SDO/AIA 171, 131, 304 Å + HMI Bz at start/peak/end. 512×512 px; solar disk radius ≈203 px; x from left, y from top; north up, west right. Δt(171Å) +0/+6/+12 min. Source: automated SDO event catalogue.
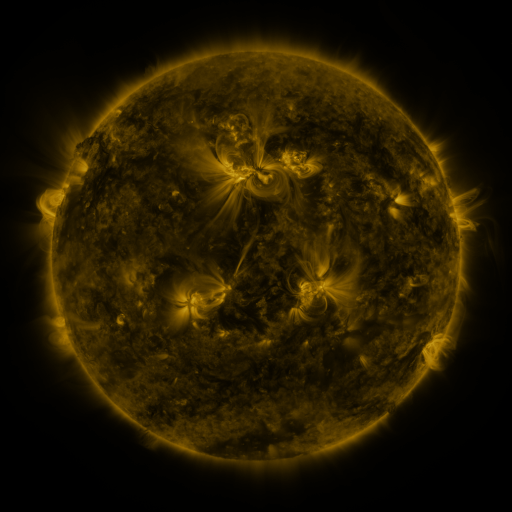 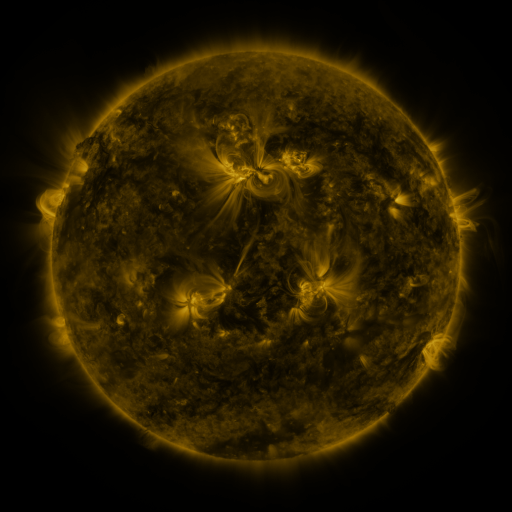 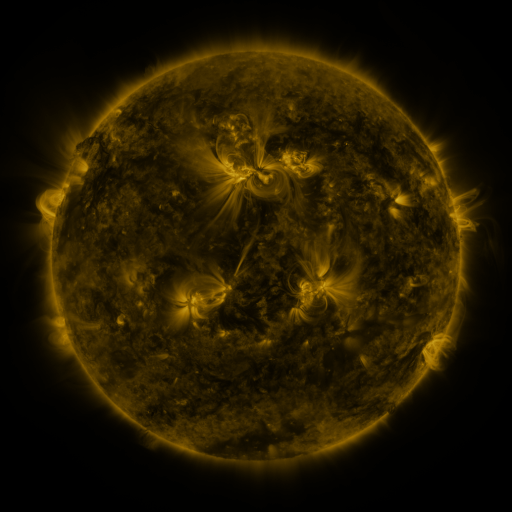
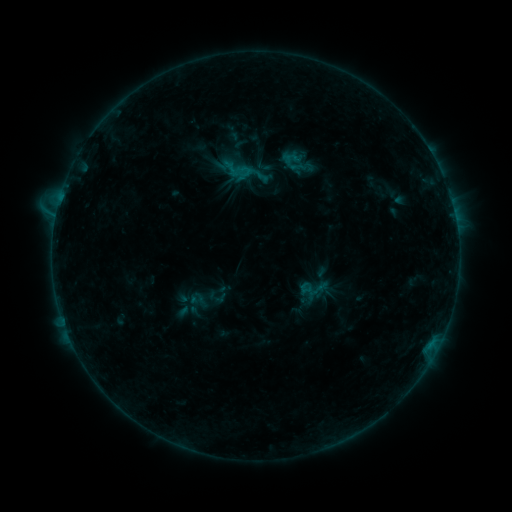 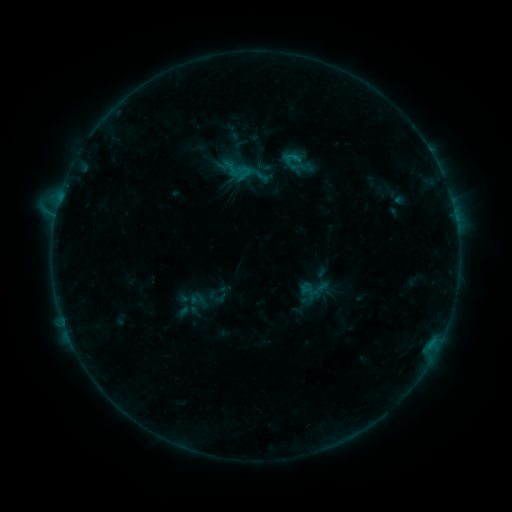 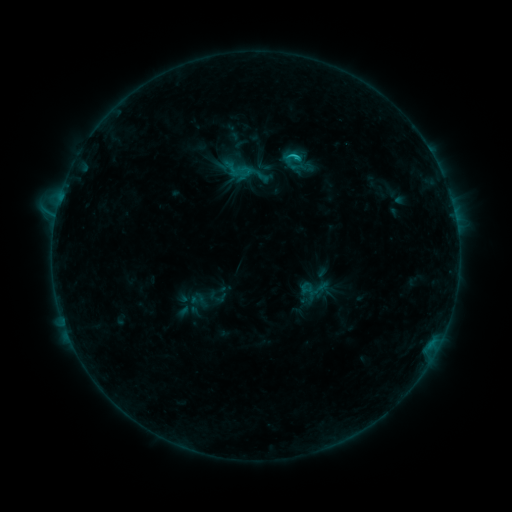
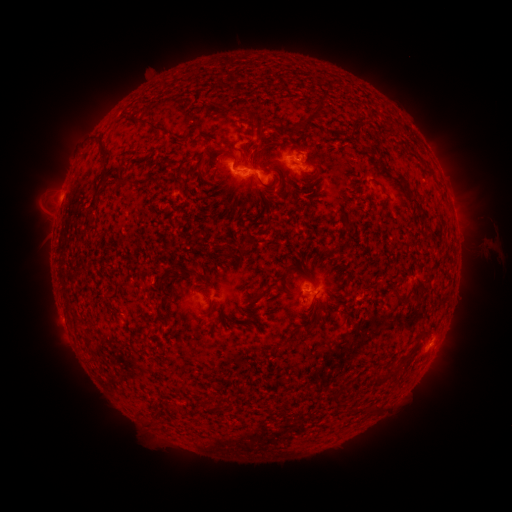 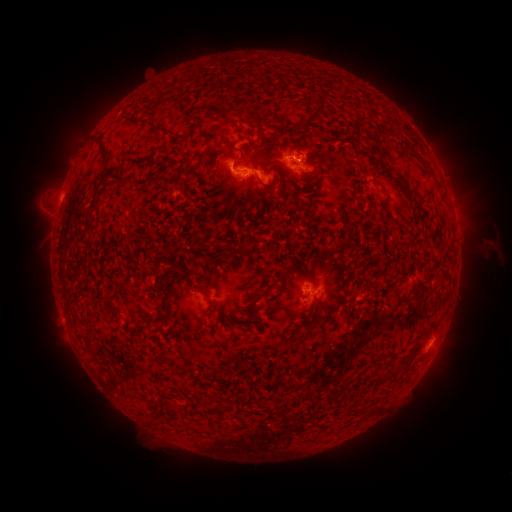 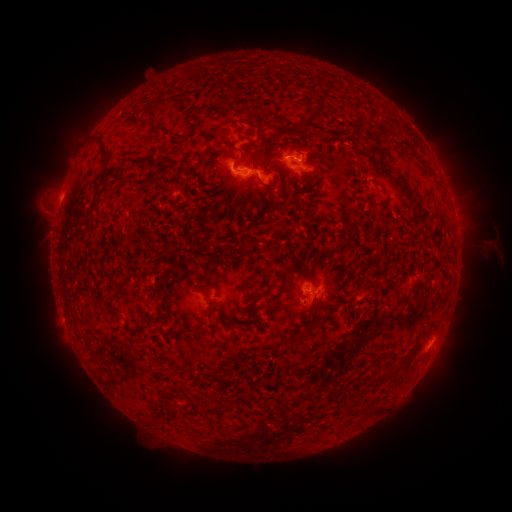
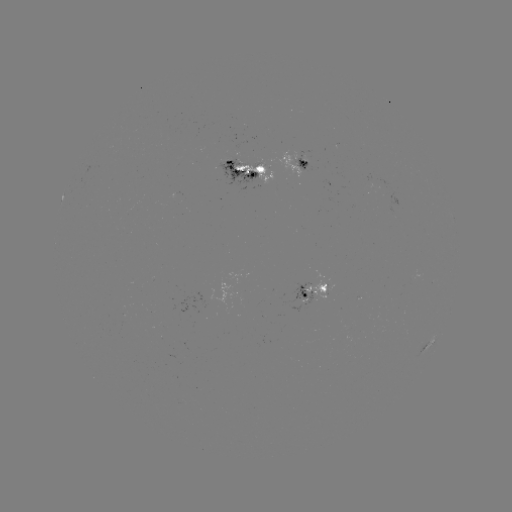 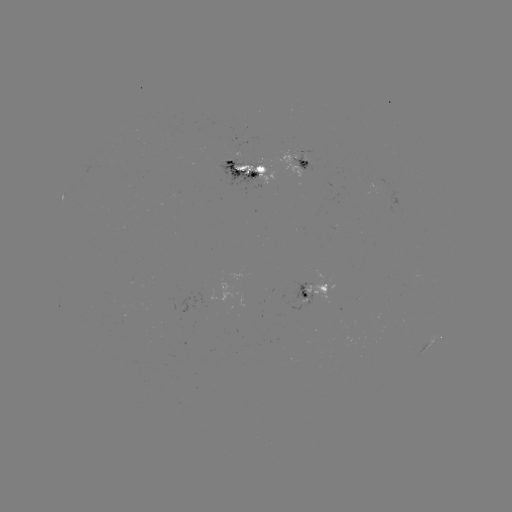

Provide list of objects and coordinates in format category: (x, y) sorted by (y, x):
C1.4 flare: (295, 160)
